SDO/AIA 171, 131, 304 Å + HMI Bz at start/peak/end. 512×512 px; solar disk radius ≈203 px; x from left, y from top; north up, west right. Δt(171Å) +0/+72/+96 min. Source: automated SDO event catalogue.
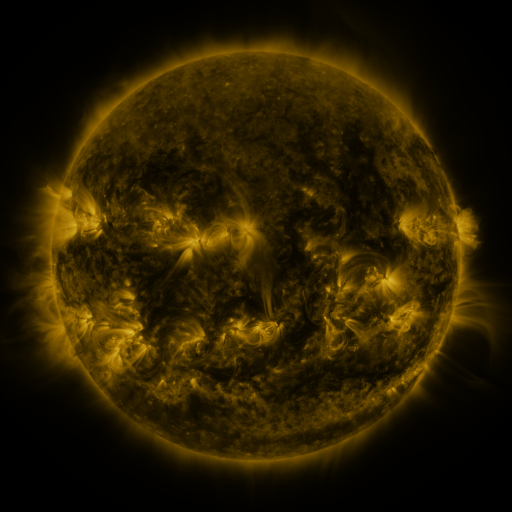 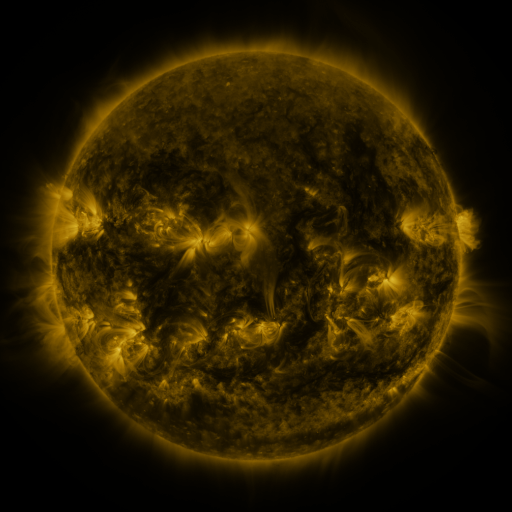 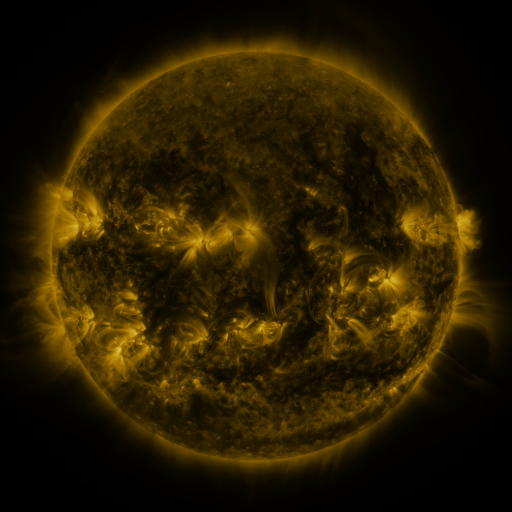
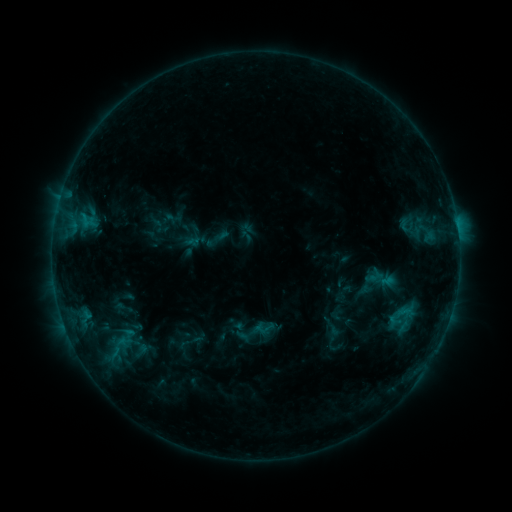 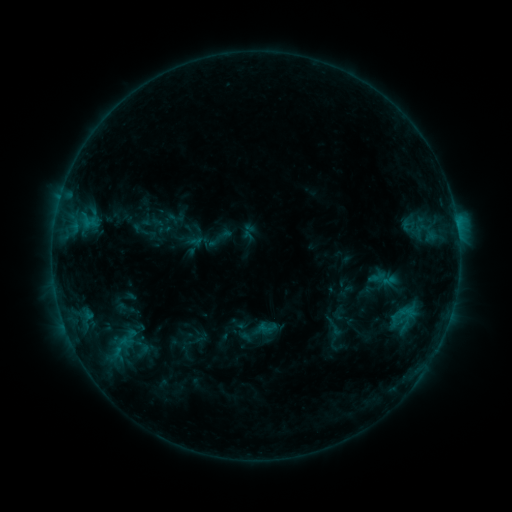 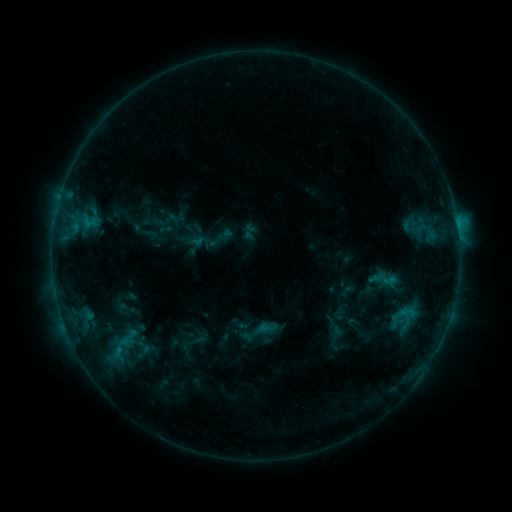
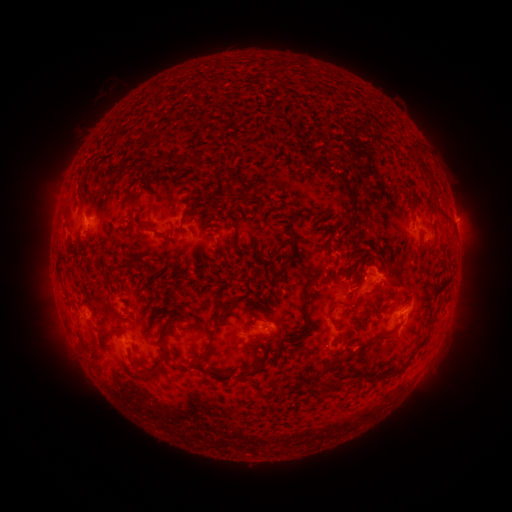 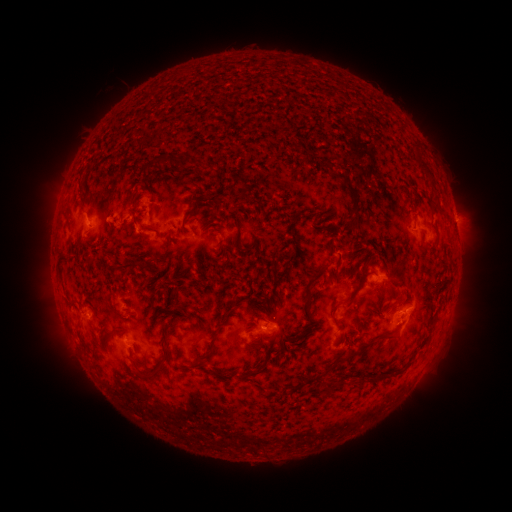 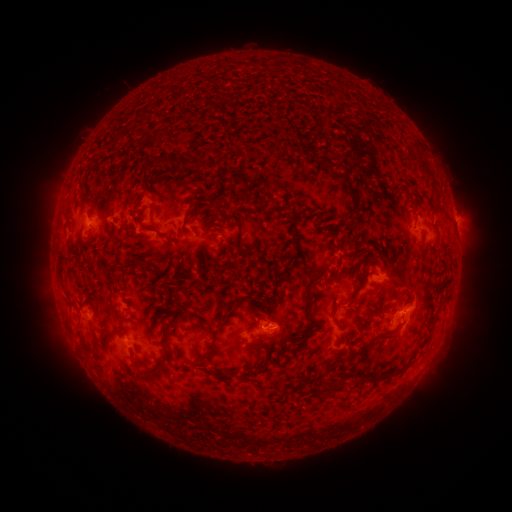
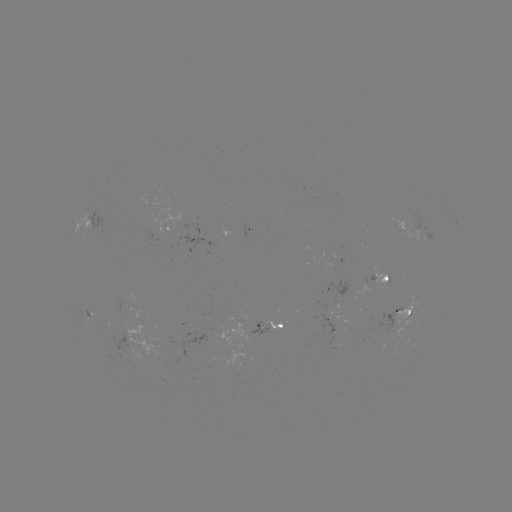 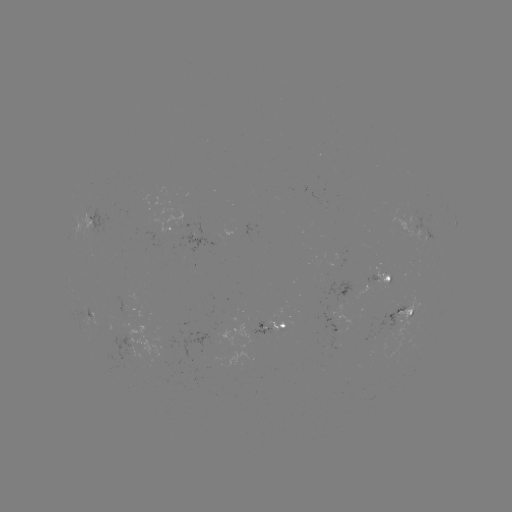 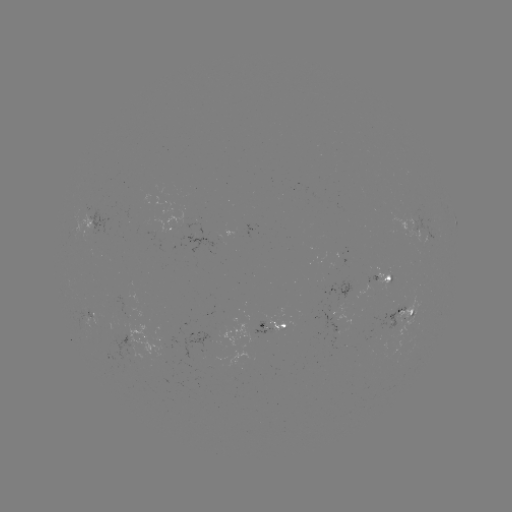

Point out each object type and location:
emerging-flux region: (402, 328)
